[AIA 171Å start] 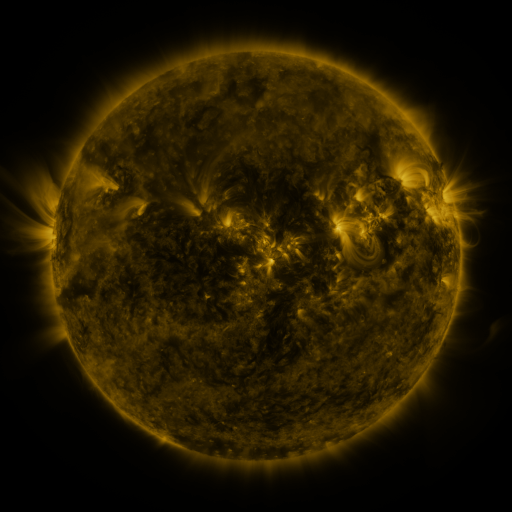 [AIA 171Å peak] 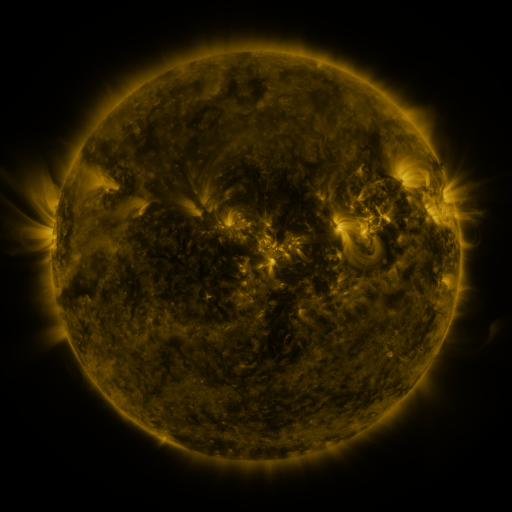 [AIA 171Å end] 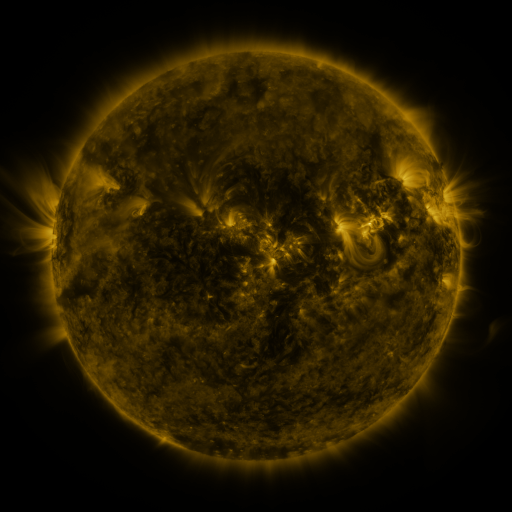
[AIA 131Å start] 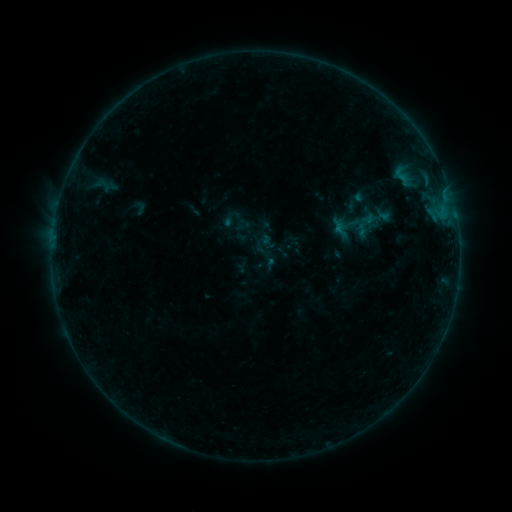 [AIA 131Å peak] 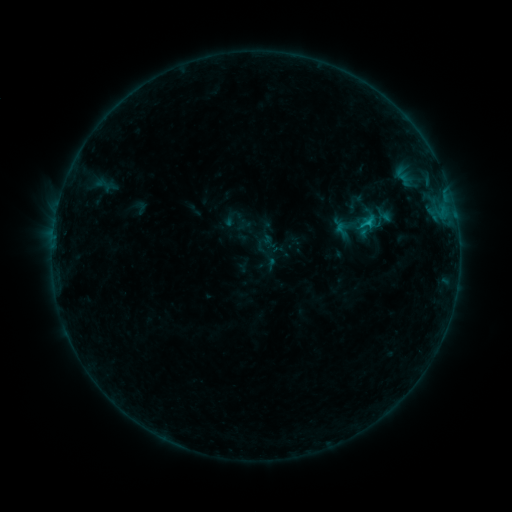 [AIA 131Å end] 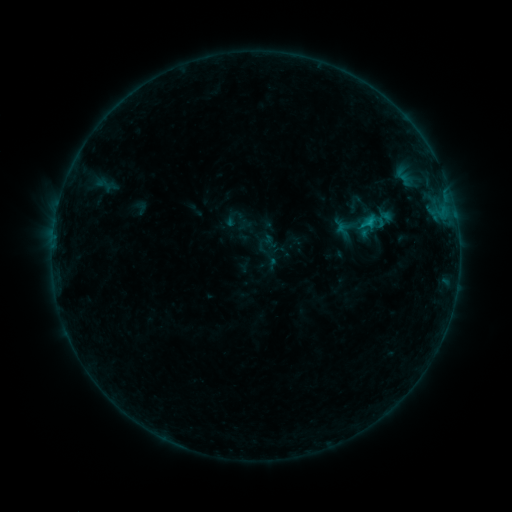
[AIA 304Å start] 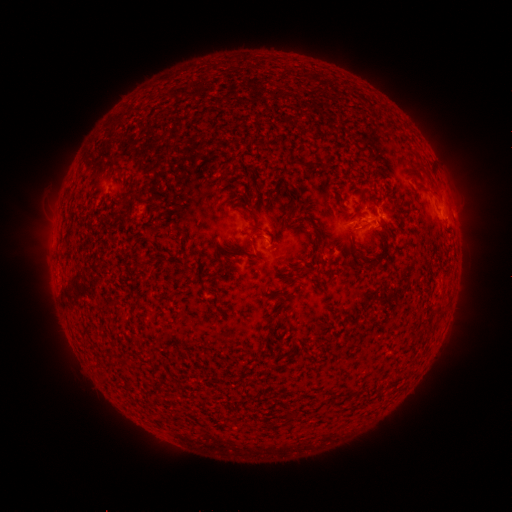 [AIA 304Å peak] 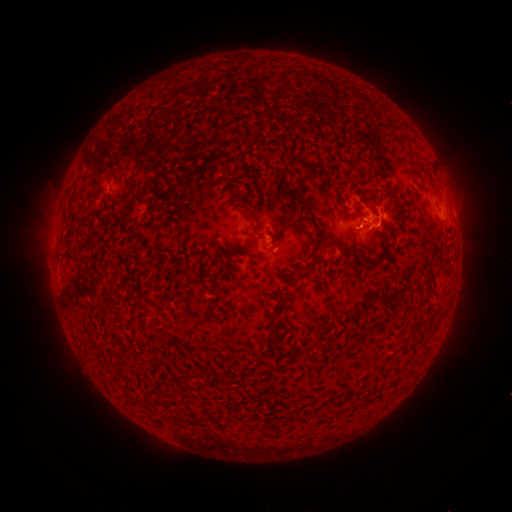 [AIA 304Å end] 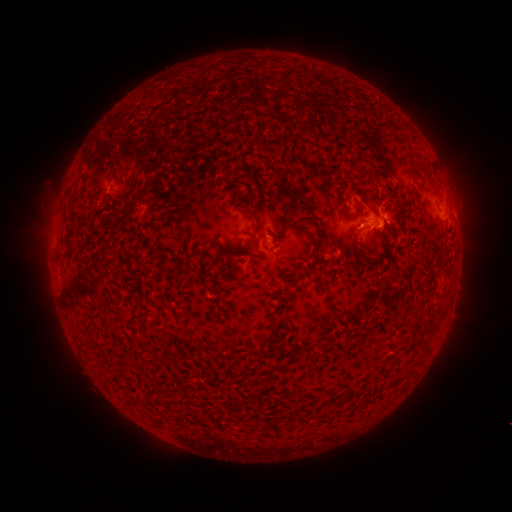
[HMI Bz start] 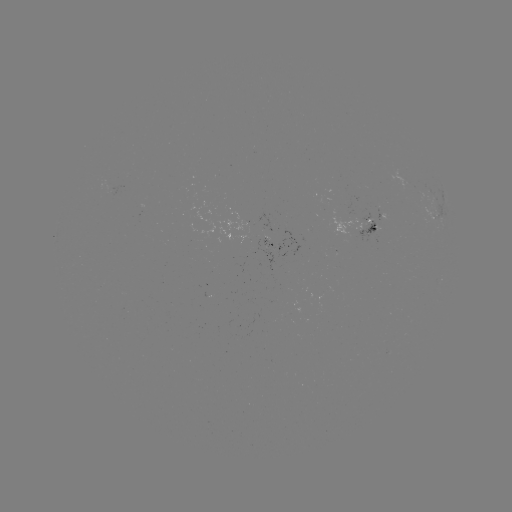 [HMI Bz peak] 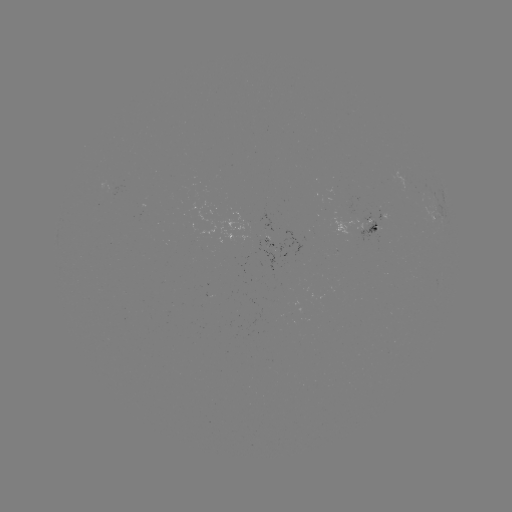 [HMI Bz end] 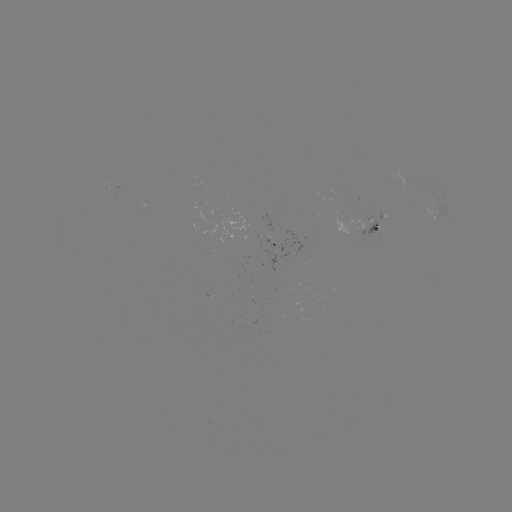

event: flare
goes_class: B7.5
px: (368, 226)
